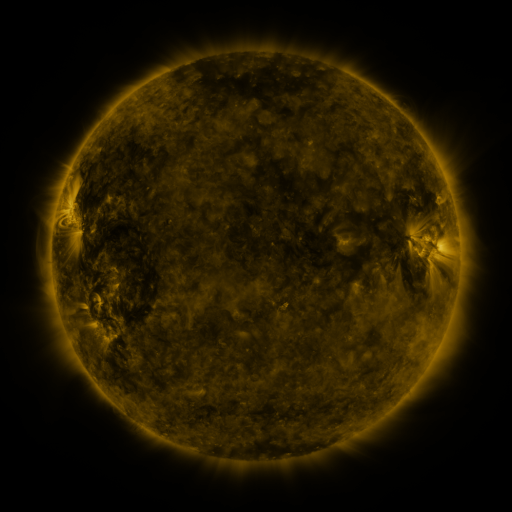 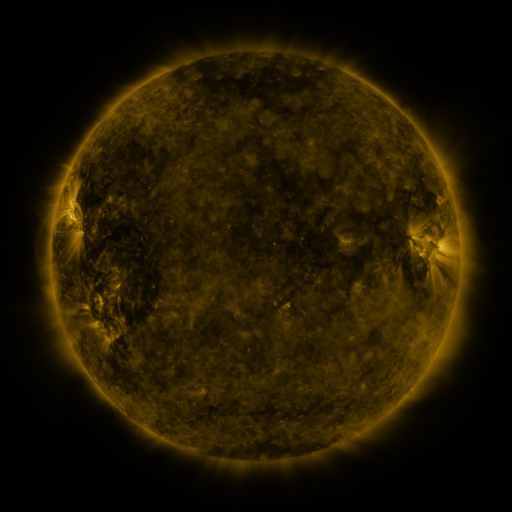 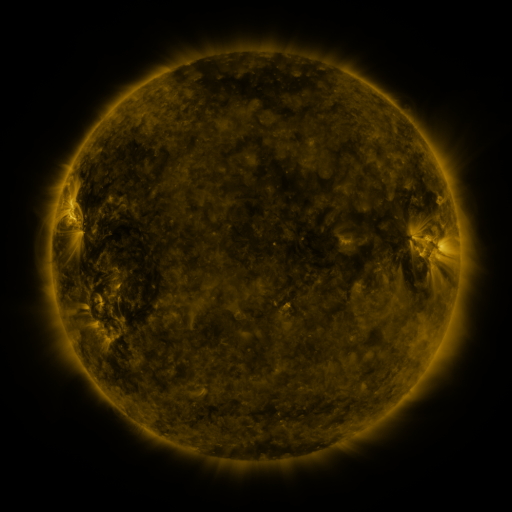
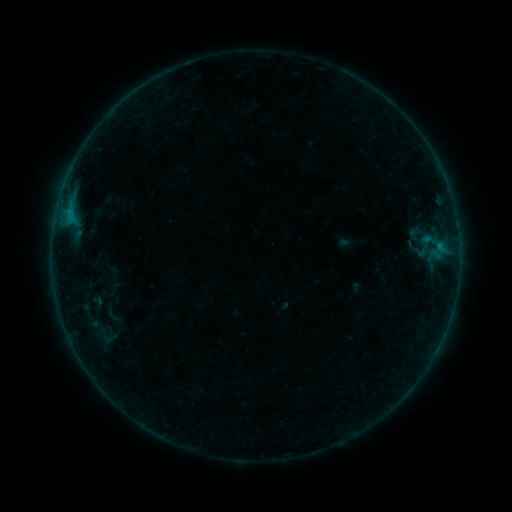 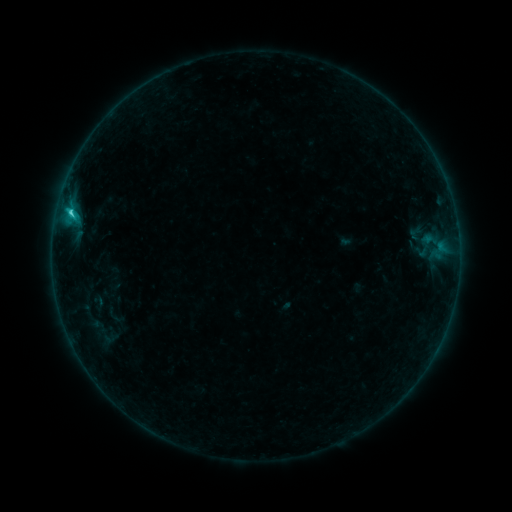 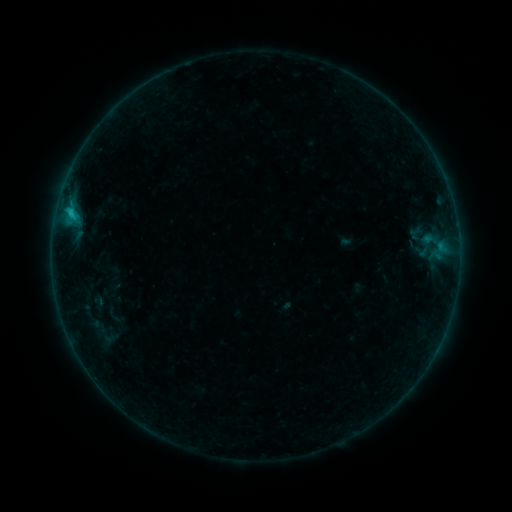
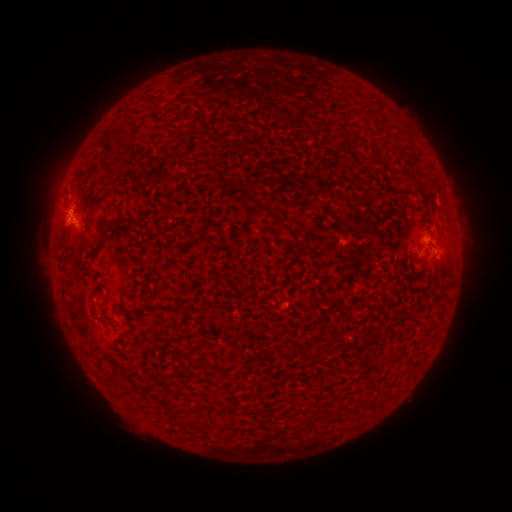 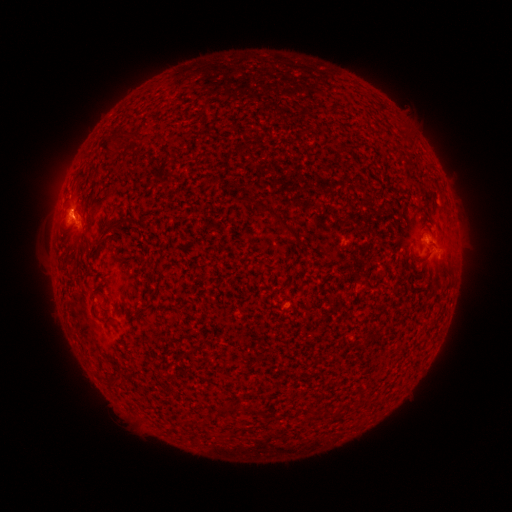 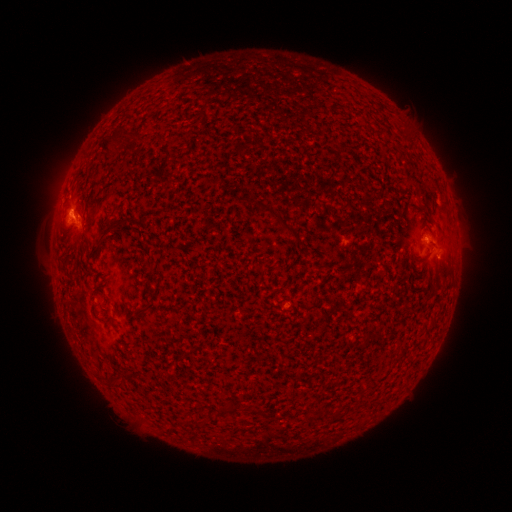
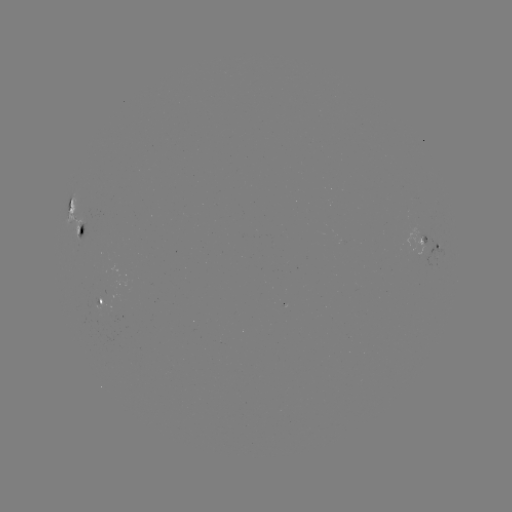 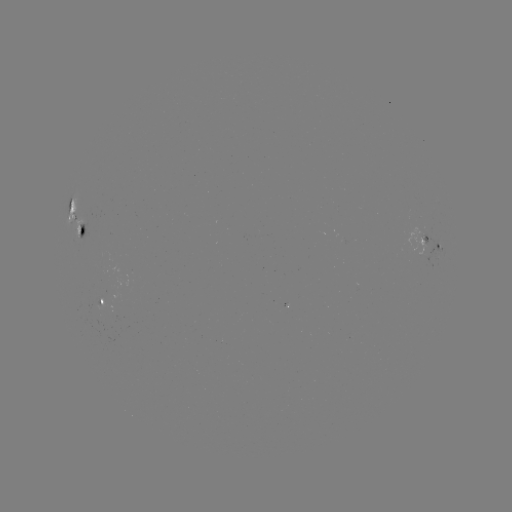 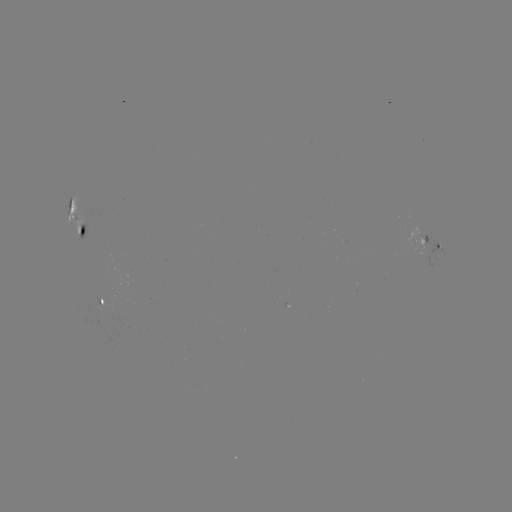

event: flare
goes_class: C1.3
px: (71, 215)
